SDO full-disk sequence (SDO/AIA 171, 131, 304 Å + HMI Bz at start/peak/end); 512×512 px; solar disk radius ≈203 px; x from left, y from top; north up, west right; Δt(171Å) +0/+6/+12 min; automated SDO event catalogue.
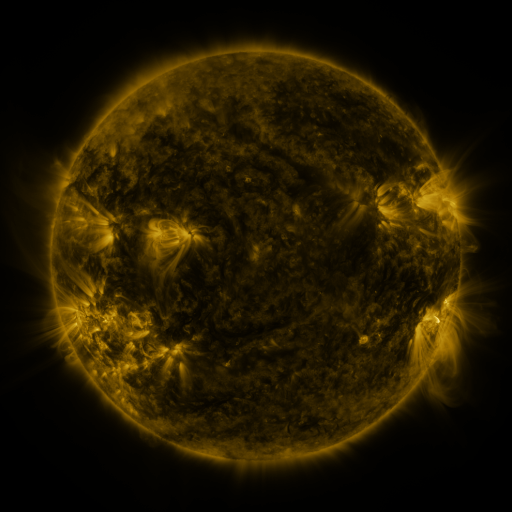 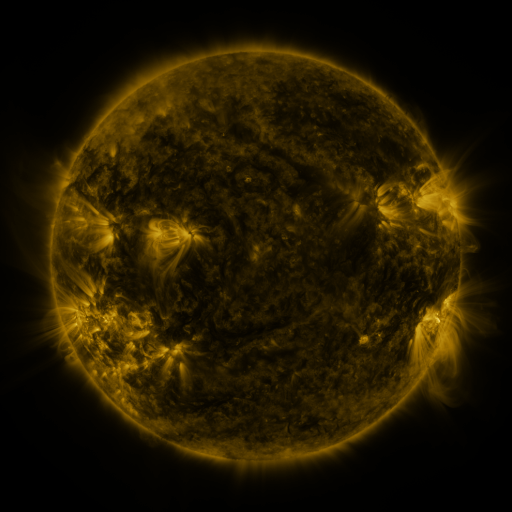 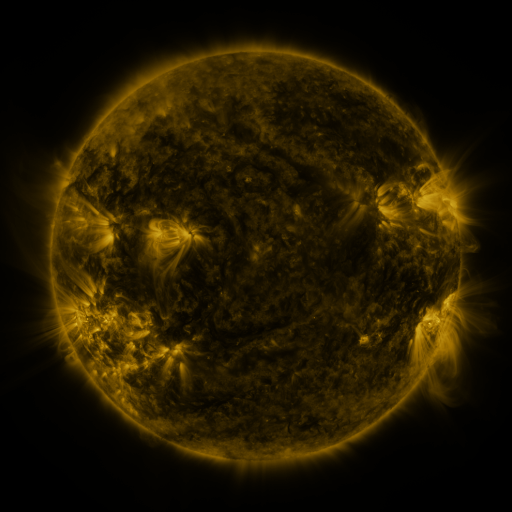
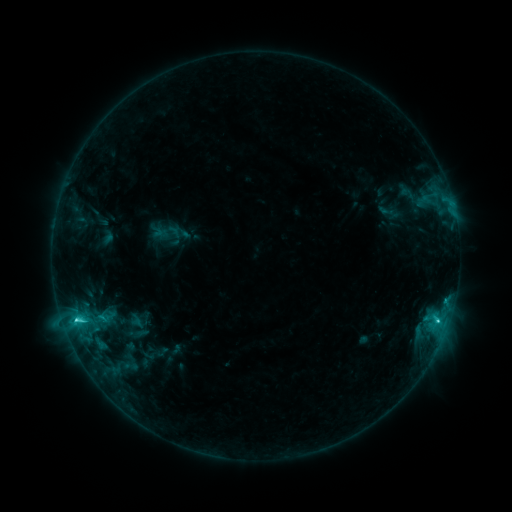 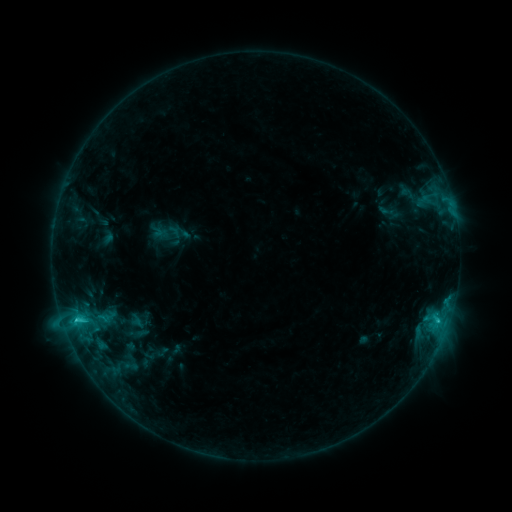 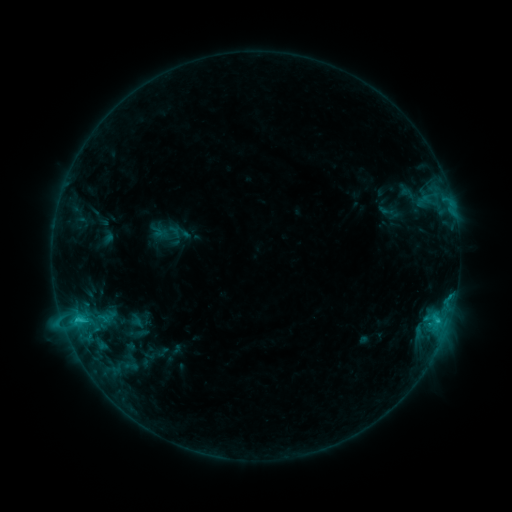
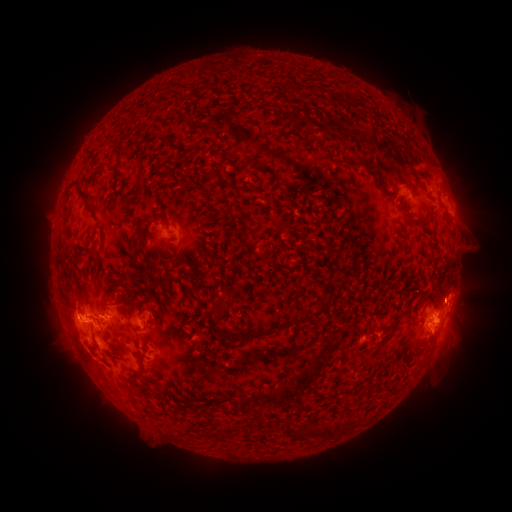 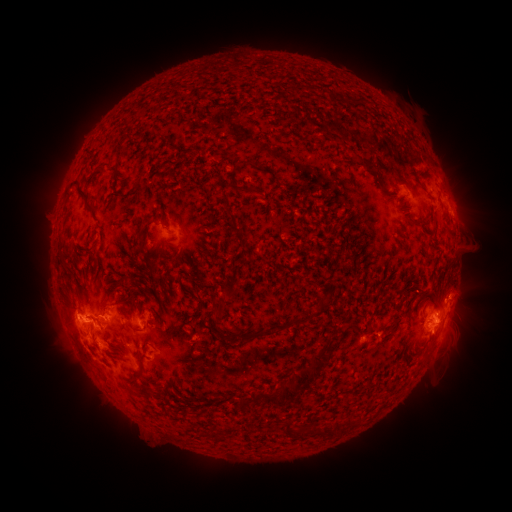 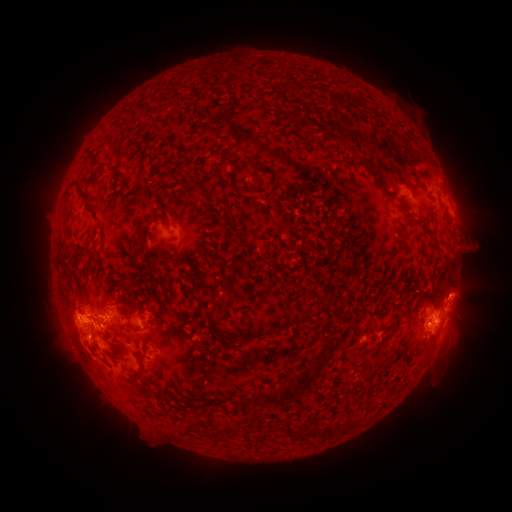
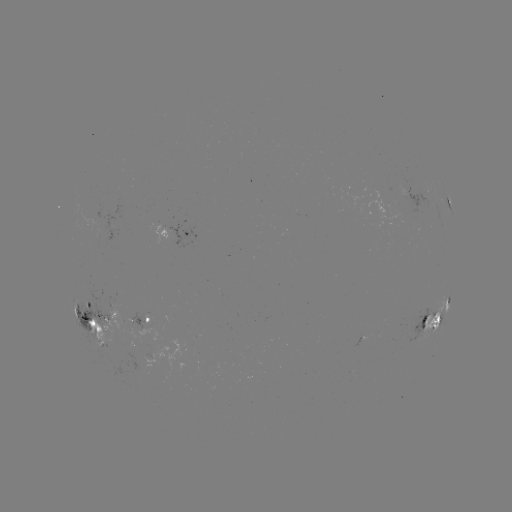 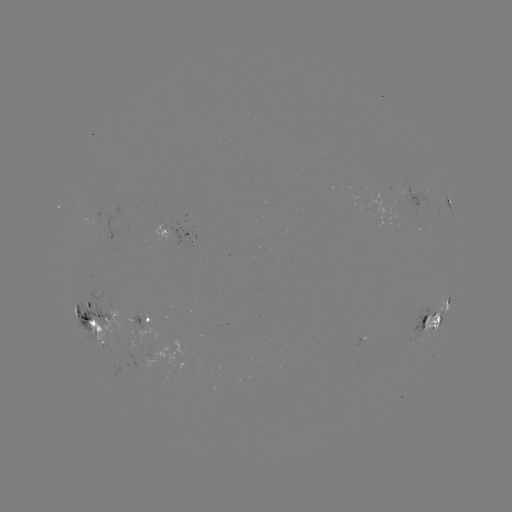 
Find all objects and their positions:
eruption: (466, 289)
